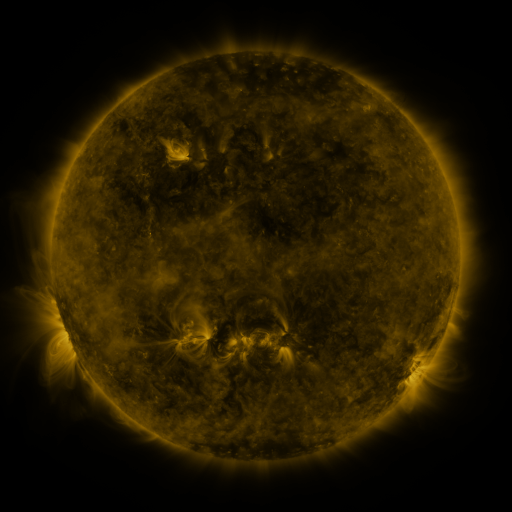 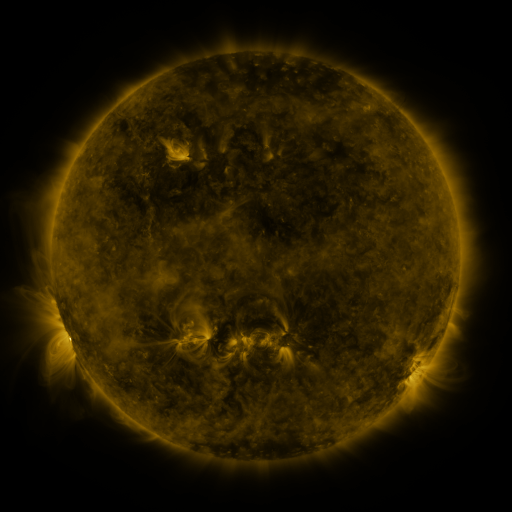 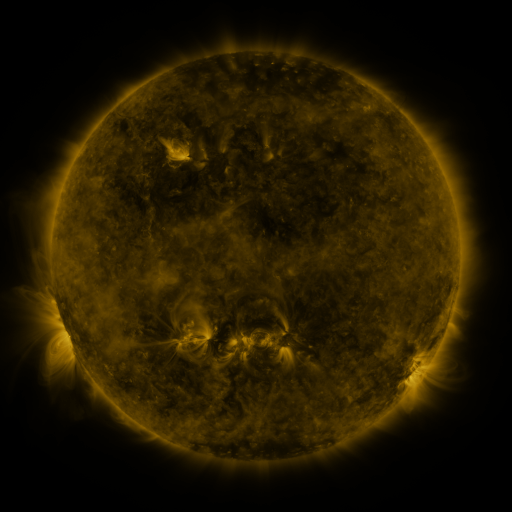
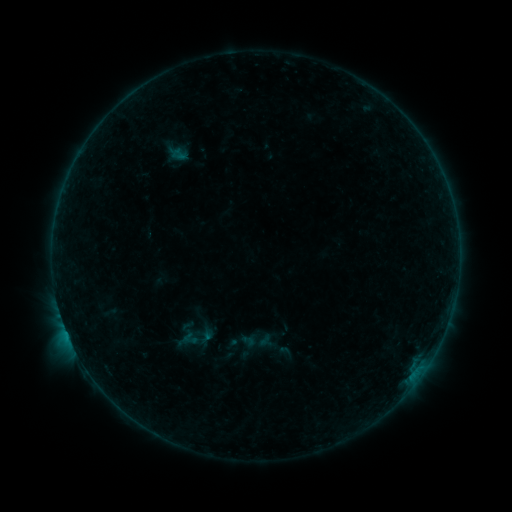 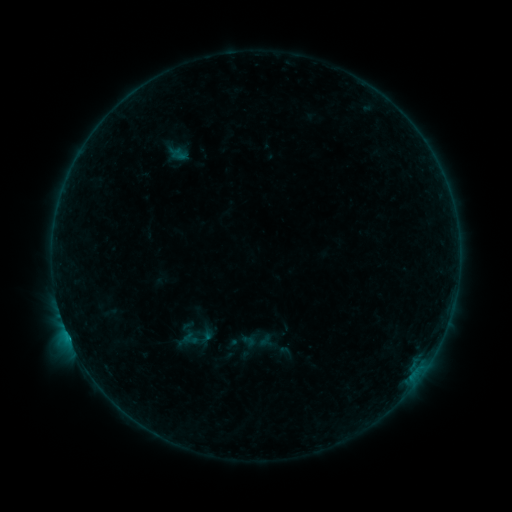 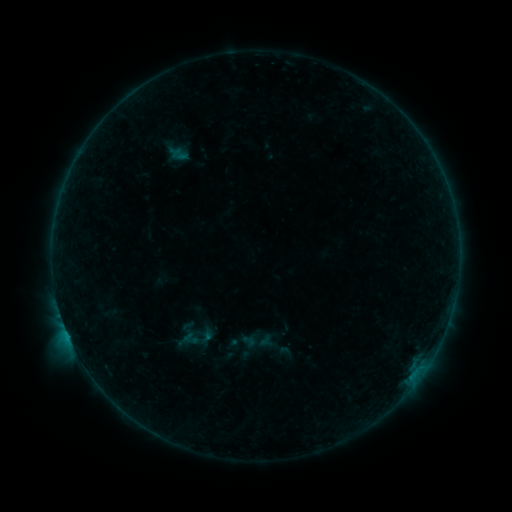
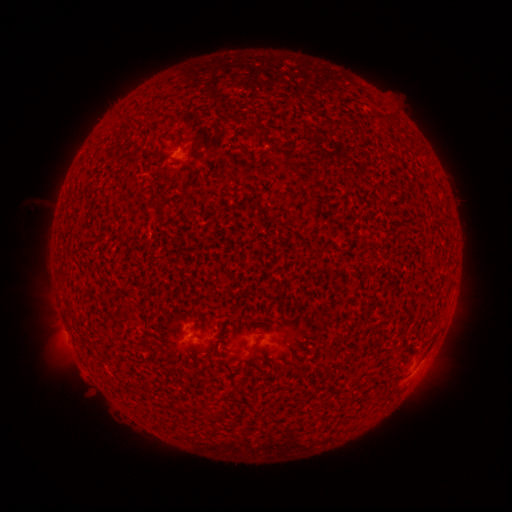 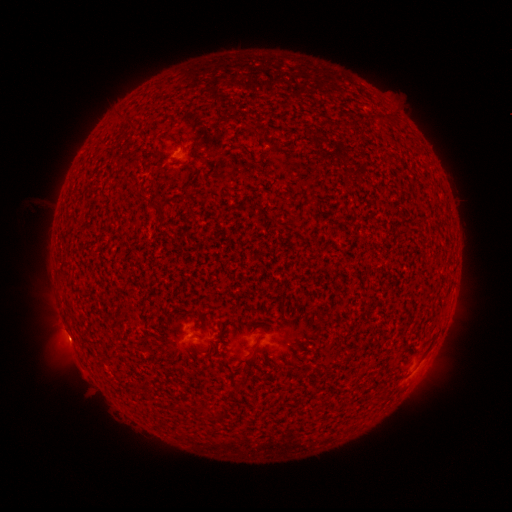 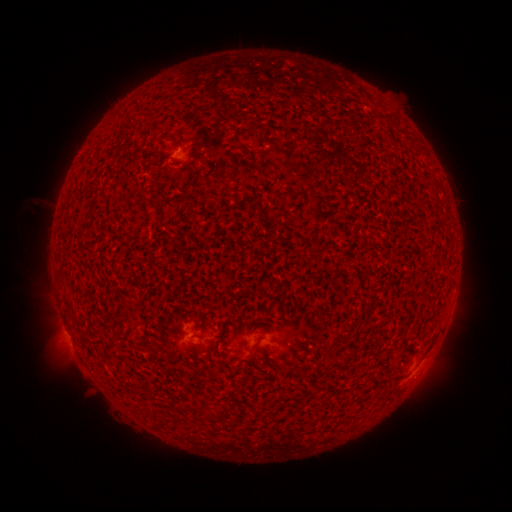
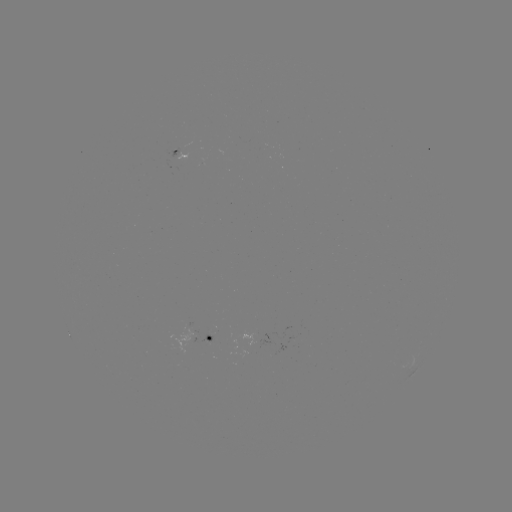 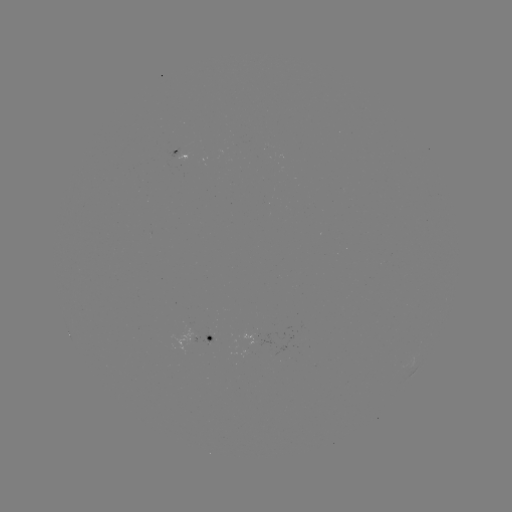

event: flare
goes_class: B5.8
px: (69, 335)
